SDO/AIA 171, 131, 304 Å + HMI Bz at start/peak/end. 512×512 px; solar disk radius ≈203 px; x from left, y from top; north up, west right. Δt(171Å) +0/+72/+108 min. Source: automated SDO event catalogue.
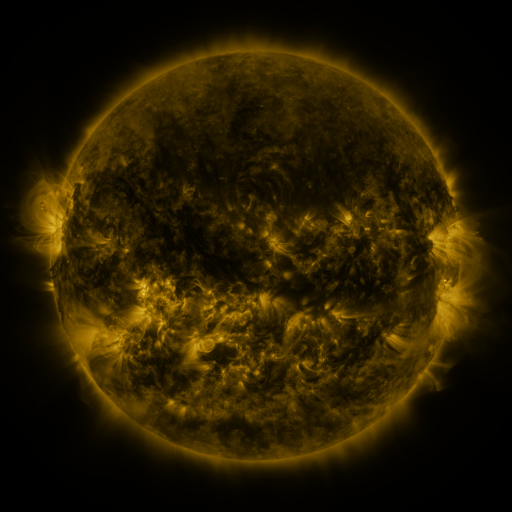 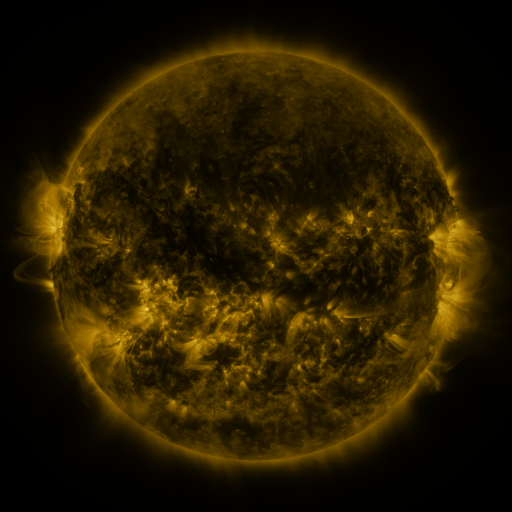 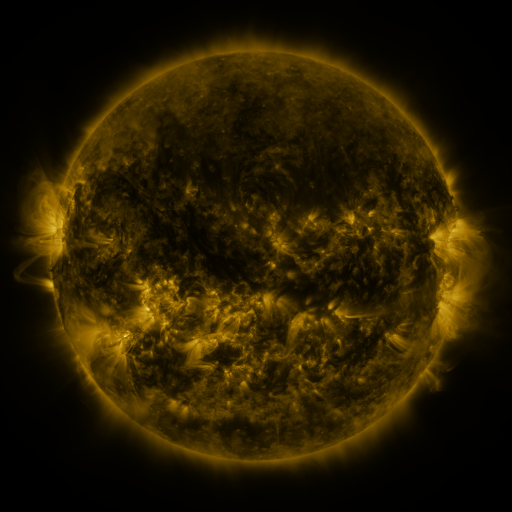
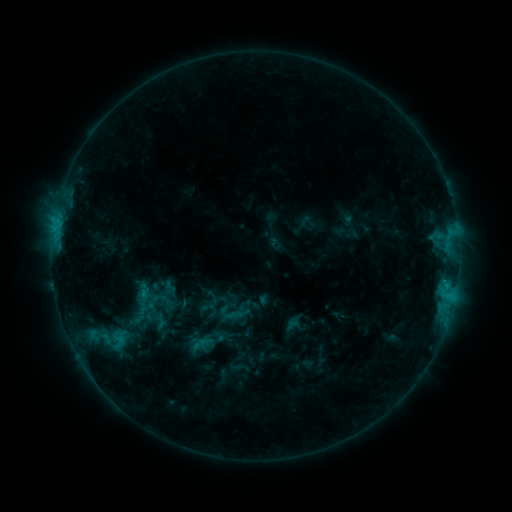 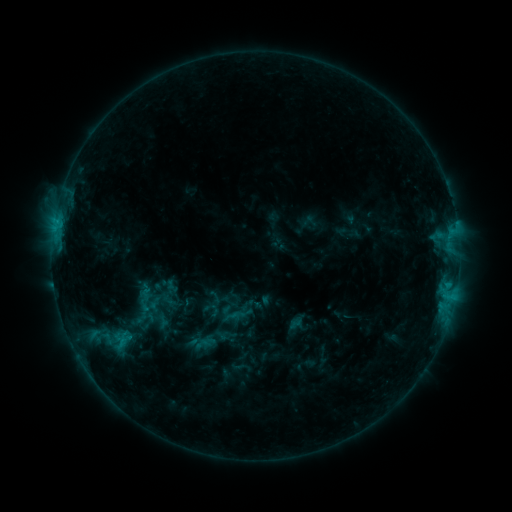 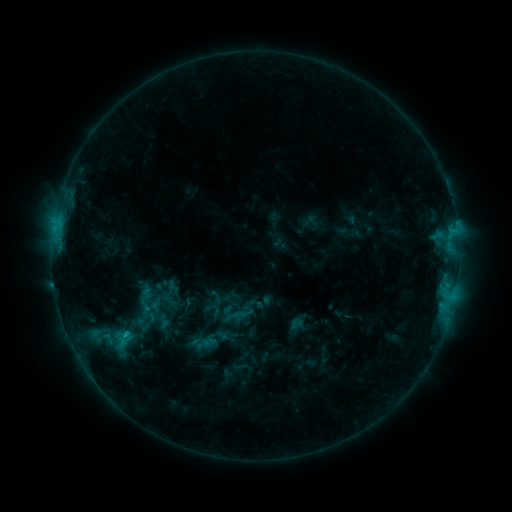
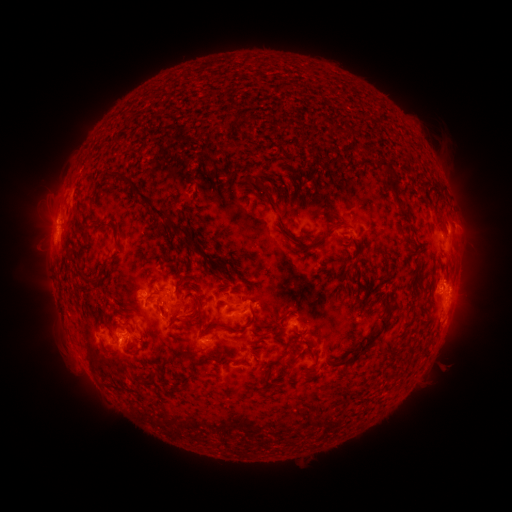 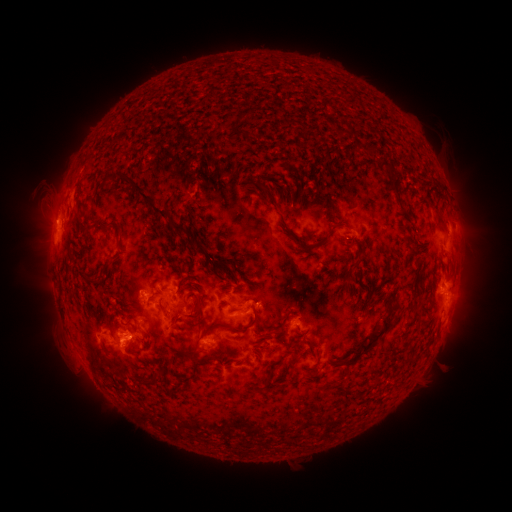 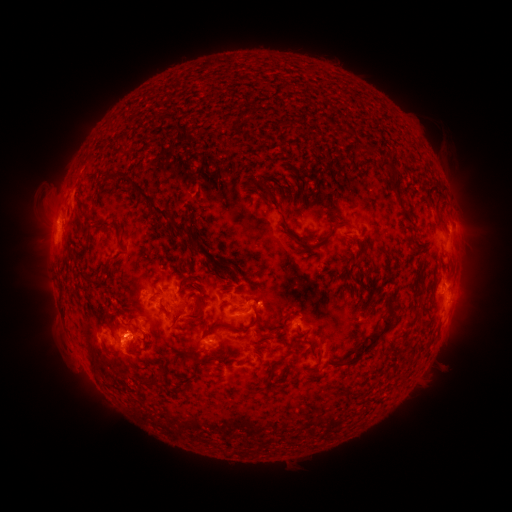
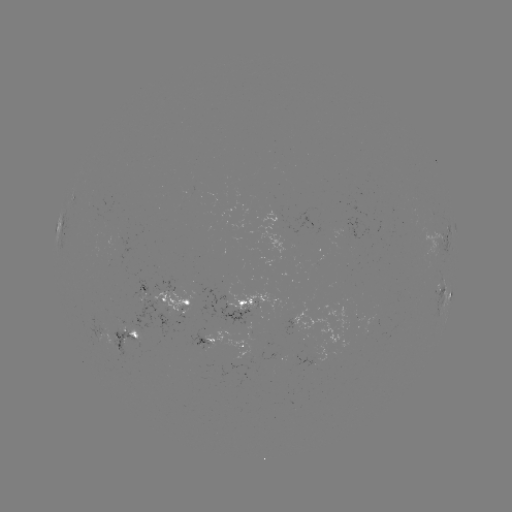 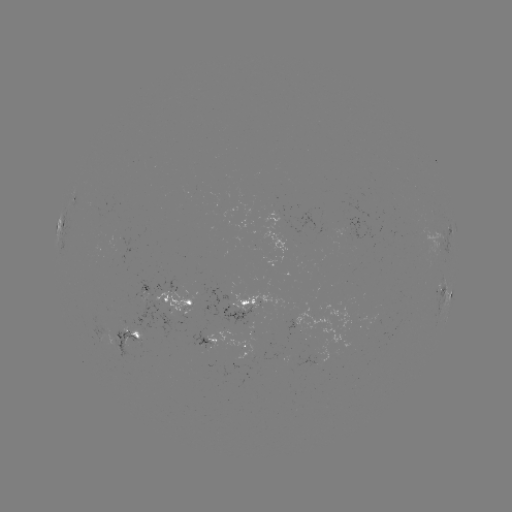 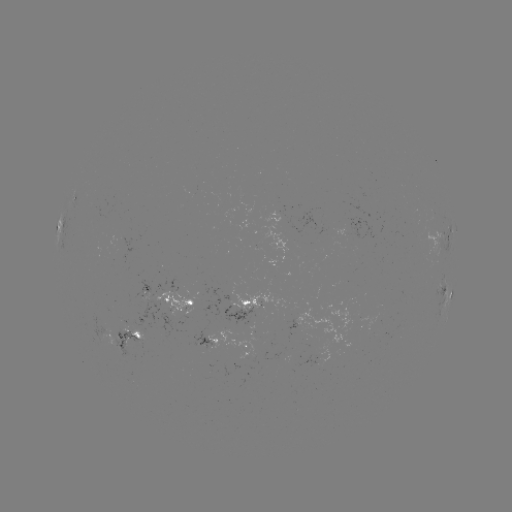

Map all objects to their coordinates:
emerging-flux region: (205, 344)
